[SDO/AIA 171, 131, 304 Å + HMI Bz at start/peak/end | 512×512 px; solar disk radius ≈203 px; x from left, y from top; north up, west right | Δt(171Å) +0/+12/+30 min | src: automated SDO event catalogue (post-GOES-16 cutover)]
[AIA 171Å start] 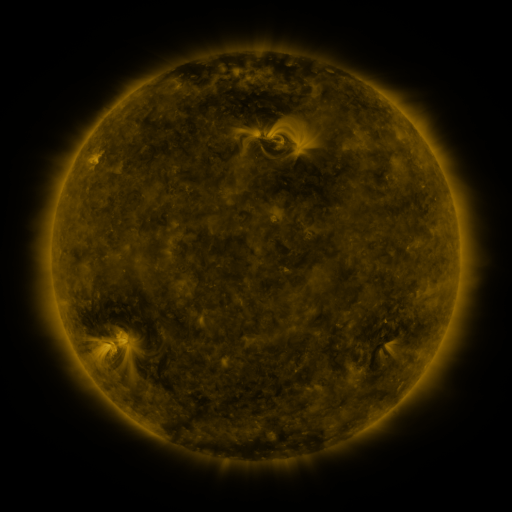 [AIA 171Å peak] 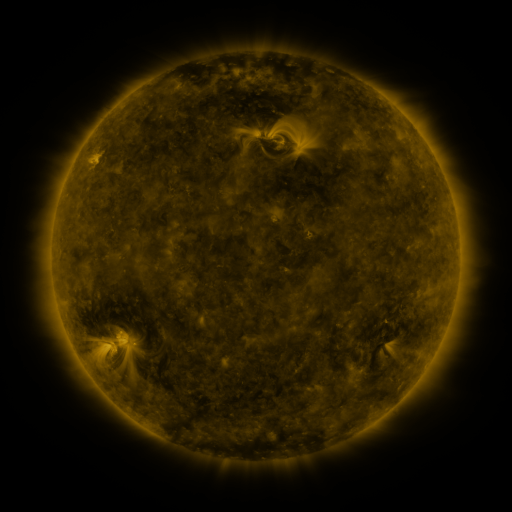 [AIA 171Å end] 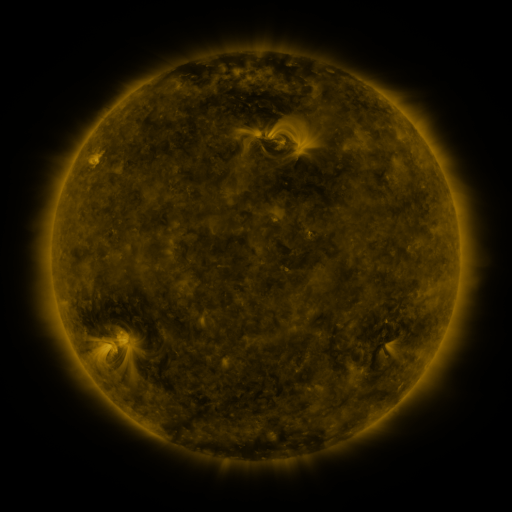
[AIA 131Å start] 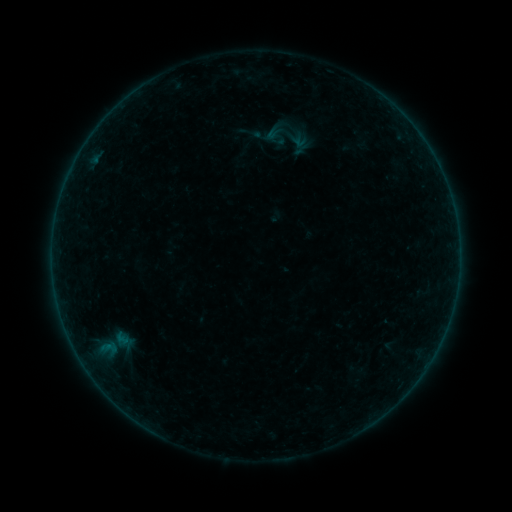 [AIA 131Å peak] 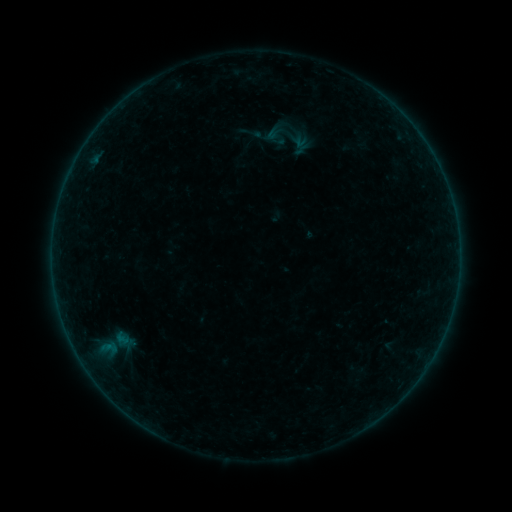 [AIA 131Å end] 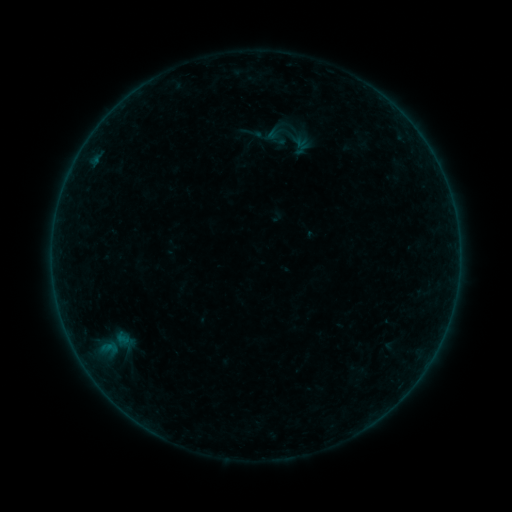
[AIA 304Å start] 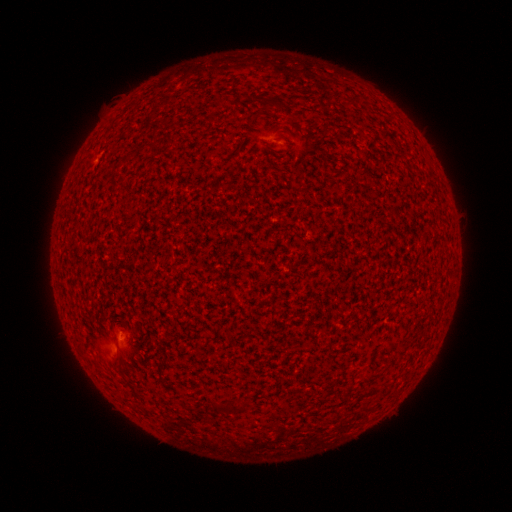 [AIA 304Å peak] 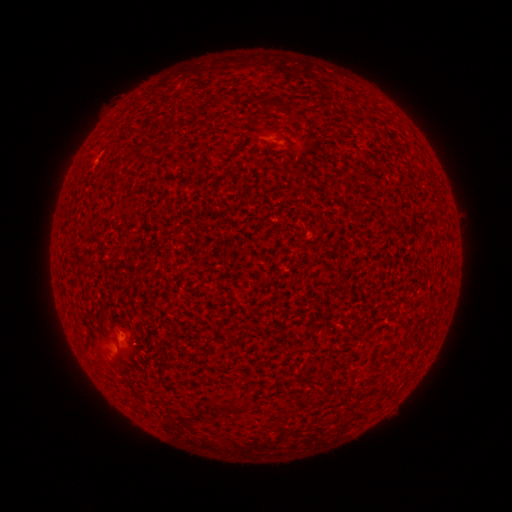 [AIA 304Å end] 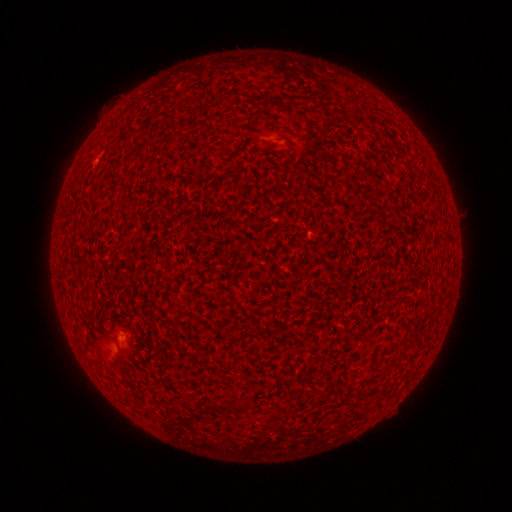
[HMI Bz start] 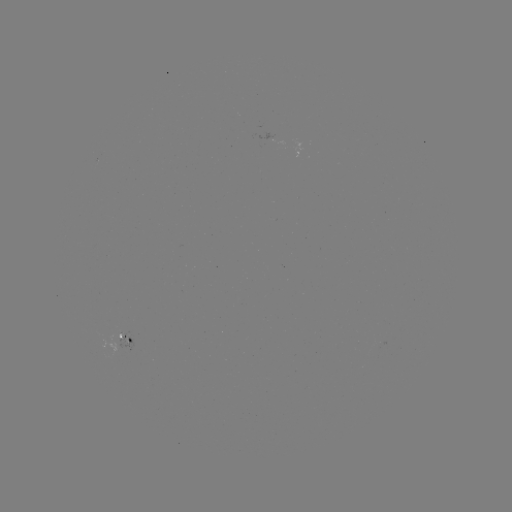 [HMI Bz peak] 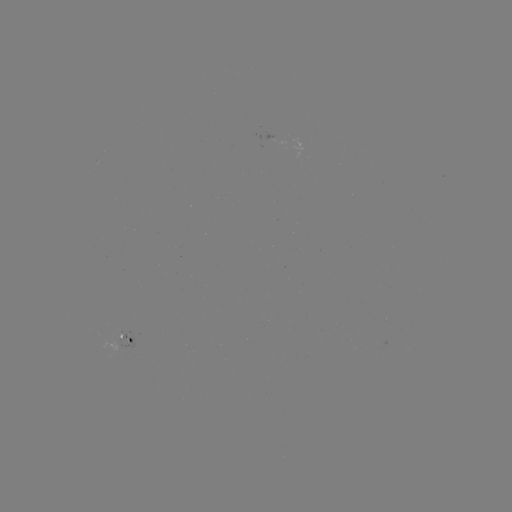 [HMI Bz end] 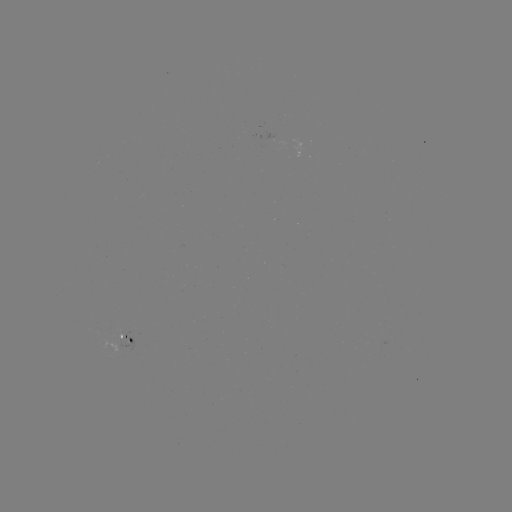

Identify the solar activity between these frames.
no flare in any classed list; no EUV-trigger detection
